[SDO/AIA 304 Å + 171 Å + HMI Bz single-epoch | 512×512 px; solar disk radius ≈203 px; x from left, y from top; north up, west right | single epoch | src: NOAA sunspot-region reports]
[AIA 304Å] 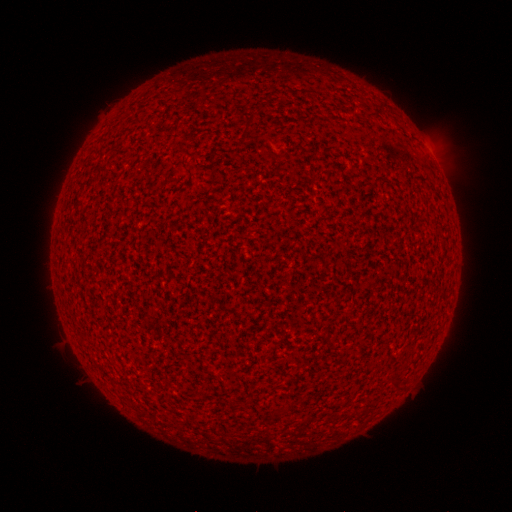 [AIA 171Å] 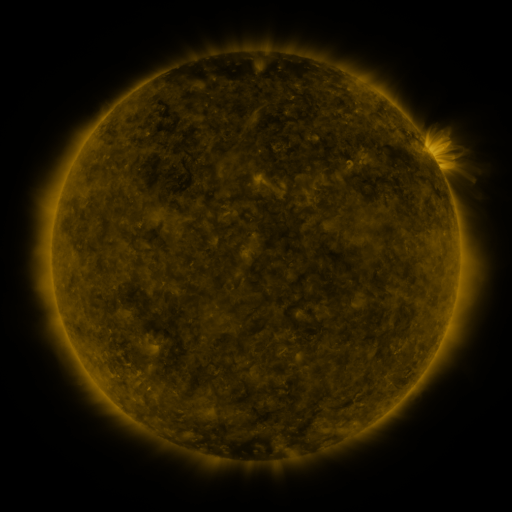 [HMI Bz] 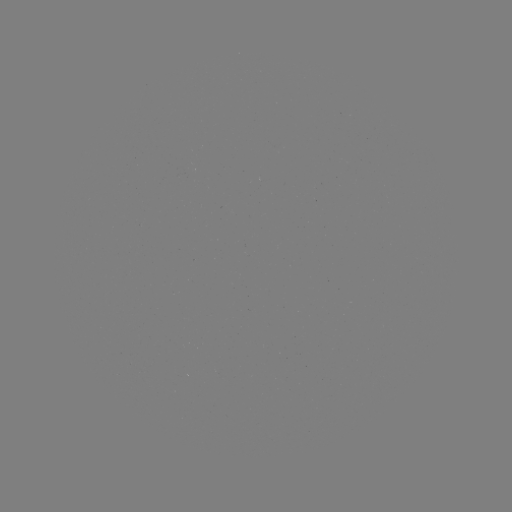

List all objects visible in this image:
(none)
